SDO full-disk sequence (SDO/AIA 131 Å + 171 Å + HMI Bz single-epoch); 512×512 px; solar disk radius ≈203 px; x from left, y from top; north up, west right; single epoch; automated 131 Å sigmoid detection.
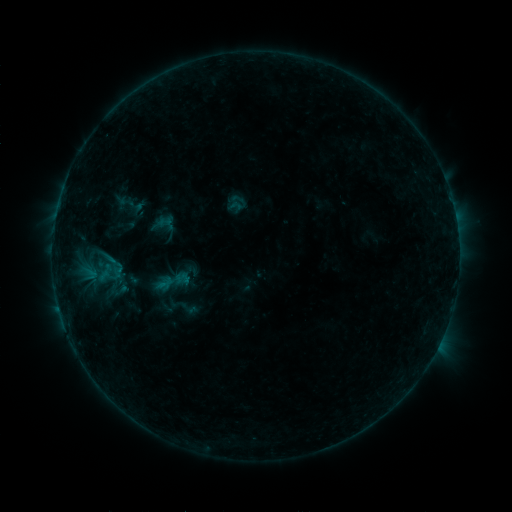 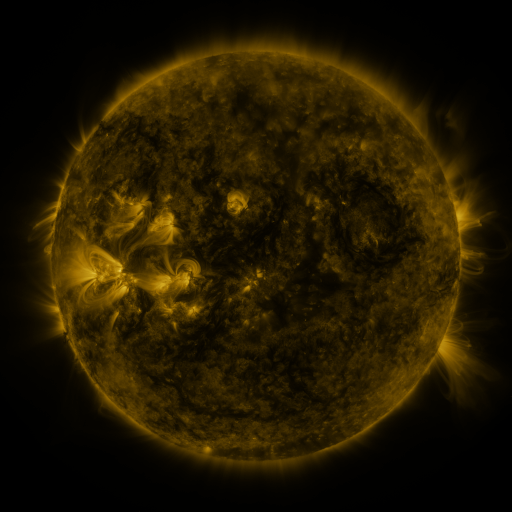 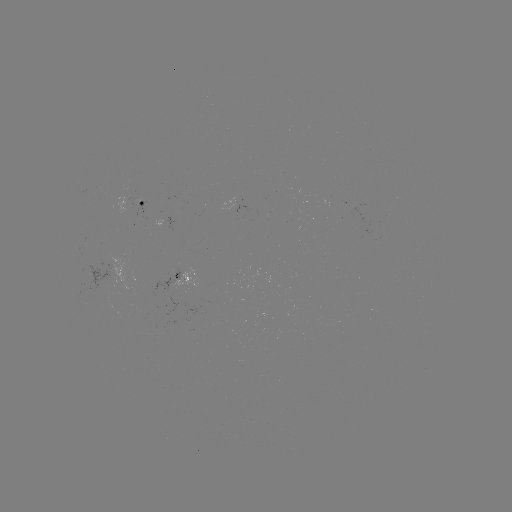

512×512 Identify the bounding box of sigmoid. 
[149, 262, 195, 301].